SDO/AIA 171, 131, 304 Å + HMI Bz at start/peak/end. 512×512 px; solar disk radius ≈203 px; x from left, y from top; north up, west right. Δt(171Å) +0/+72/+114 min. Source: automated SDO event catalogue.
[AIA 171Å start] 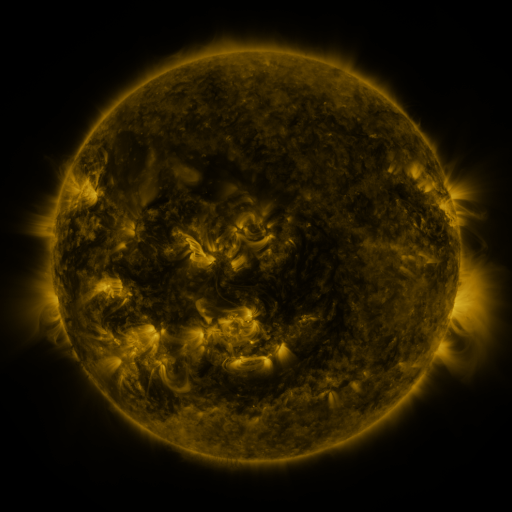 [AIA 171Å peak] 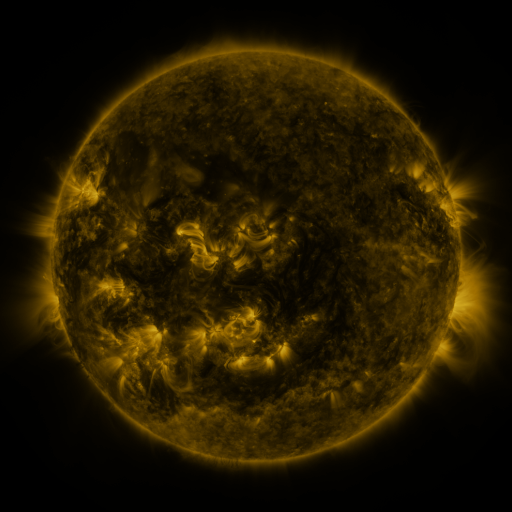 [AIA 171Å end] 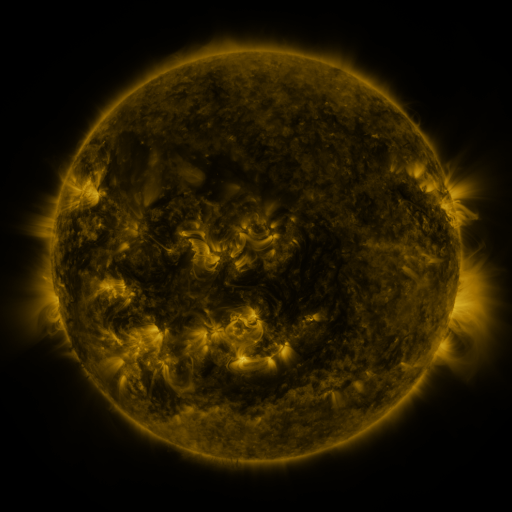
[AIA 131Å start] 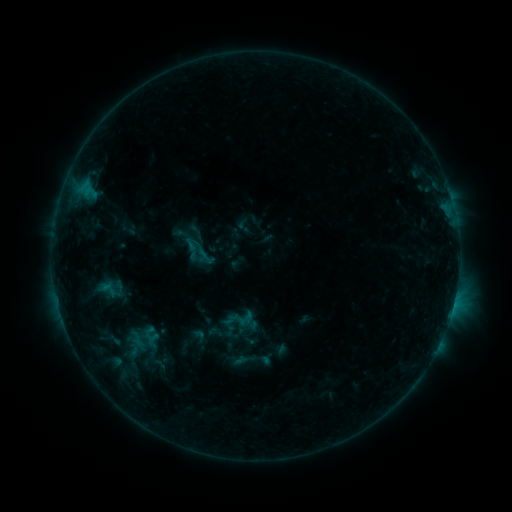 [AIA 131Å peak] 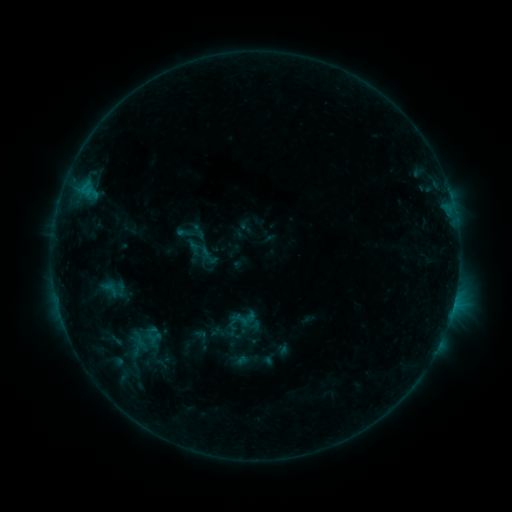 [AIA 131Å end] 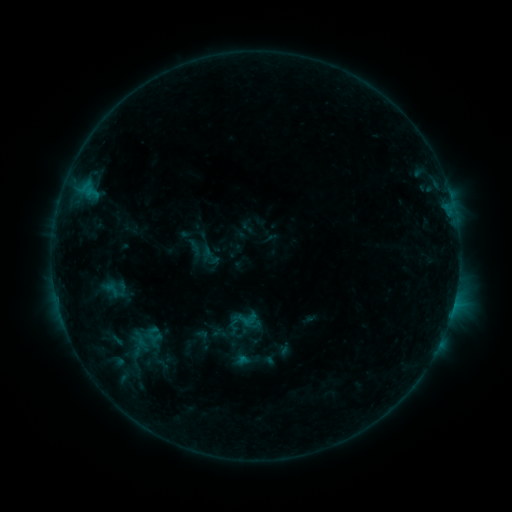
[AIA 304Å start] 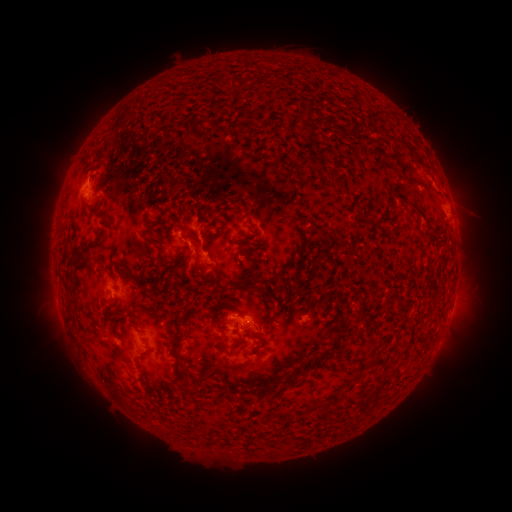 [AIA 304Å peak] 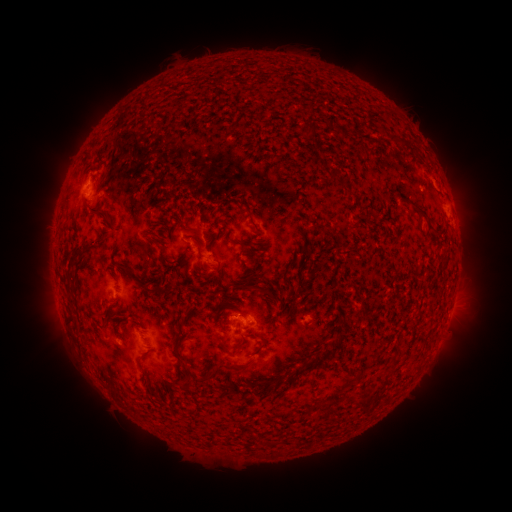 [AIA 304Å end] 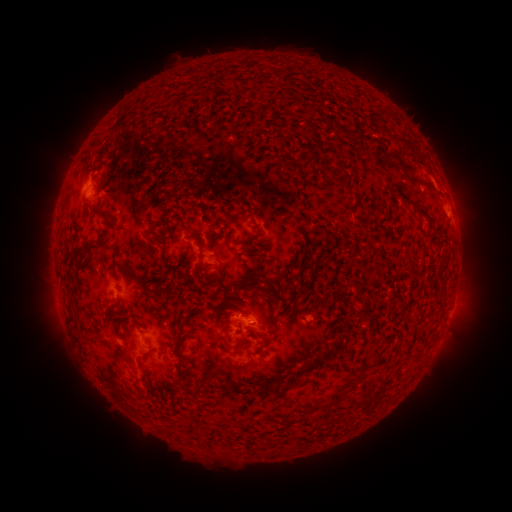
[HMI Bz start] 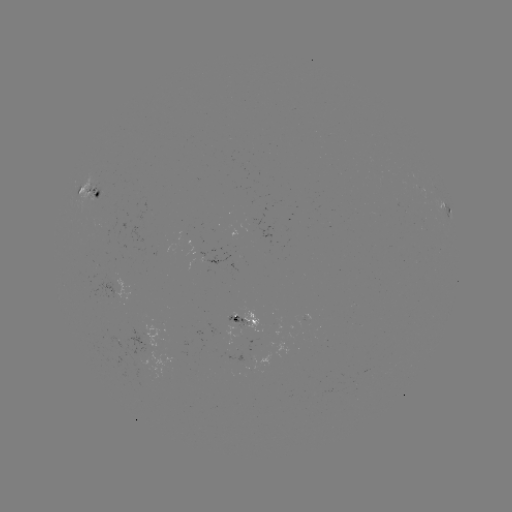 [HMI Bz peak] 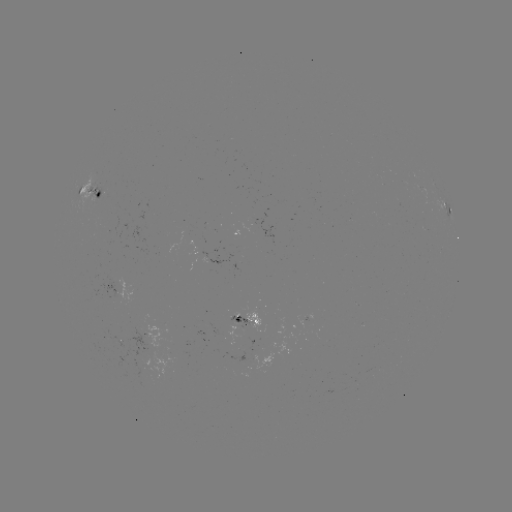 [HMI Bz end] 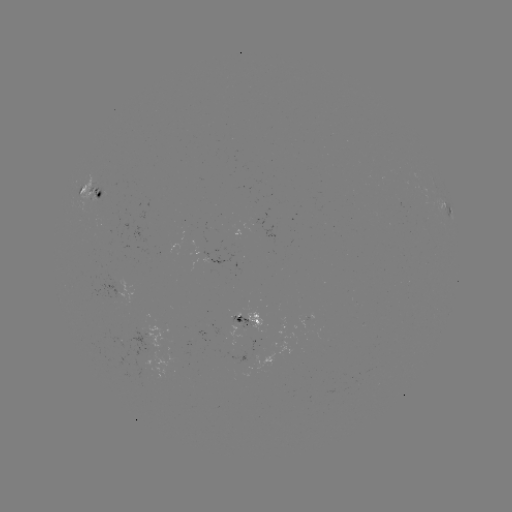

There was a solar emerging-flux region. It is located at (241, 324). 